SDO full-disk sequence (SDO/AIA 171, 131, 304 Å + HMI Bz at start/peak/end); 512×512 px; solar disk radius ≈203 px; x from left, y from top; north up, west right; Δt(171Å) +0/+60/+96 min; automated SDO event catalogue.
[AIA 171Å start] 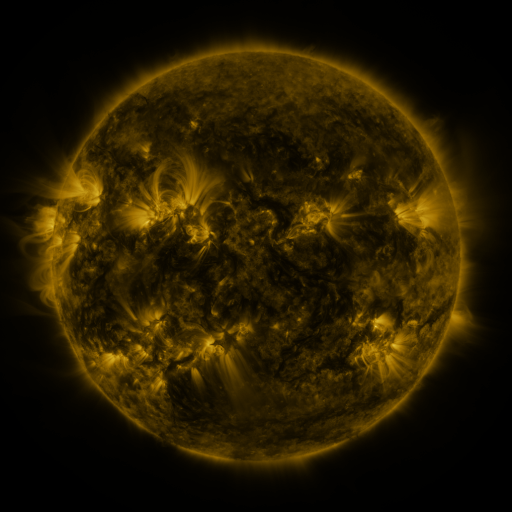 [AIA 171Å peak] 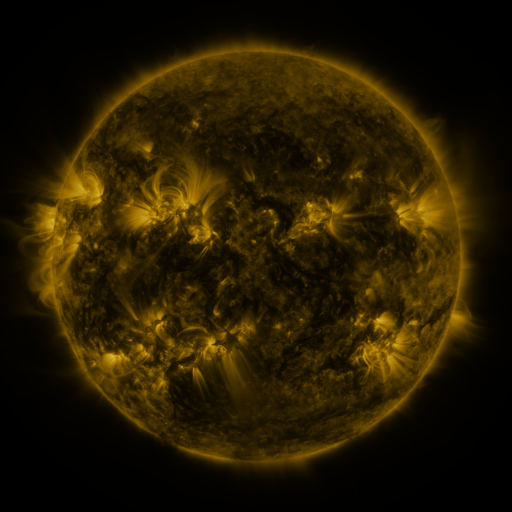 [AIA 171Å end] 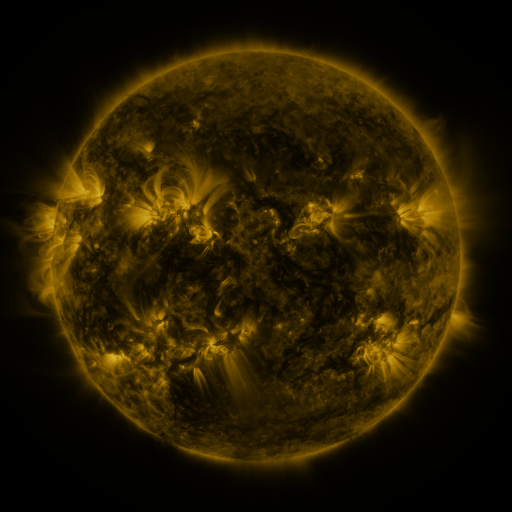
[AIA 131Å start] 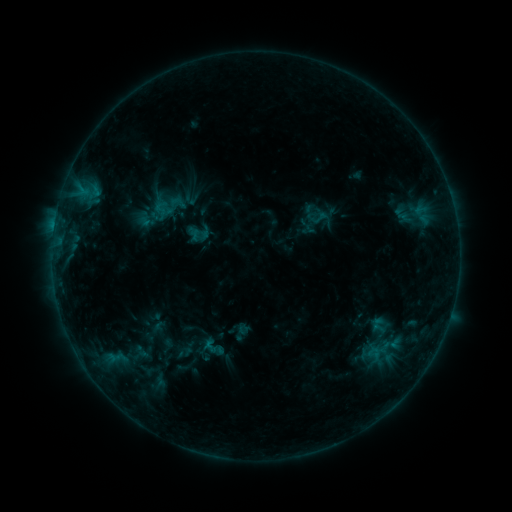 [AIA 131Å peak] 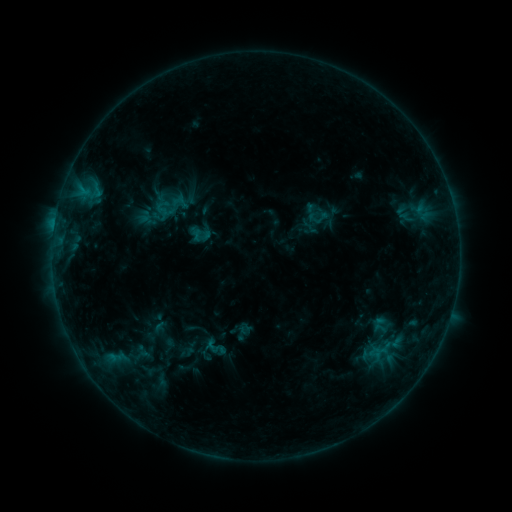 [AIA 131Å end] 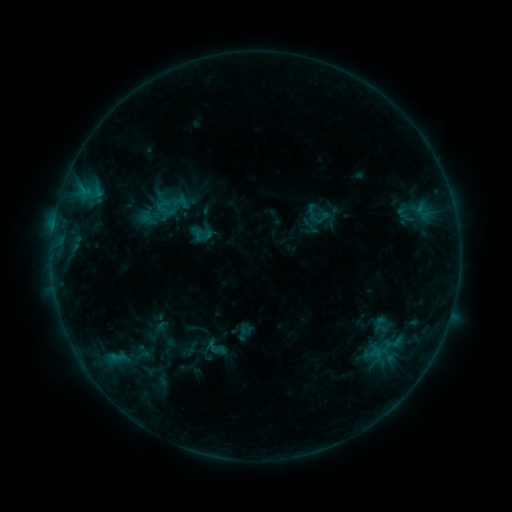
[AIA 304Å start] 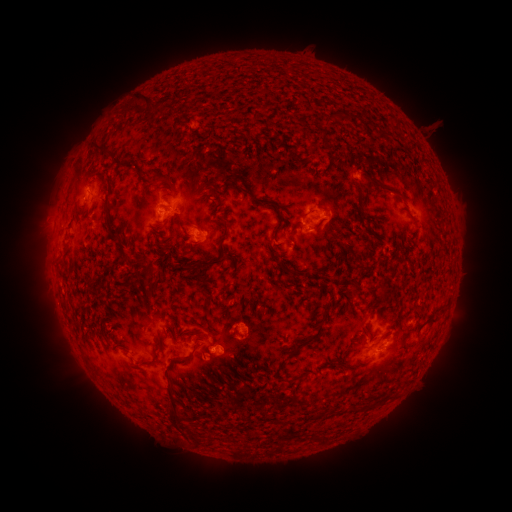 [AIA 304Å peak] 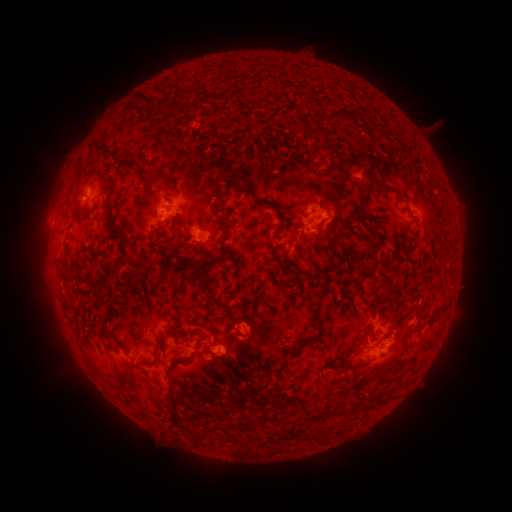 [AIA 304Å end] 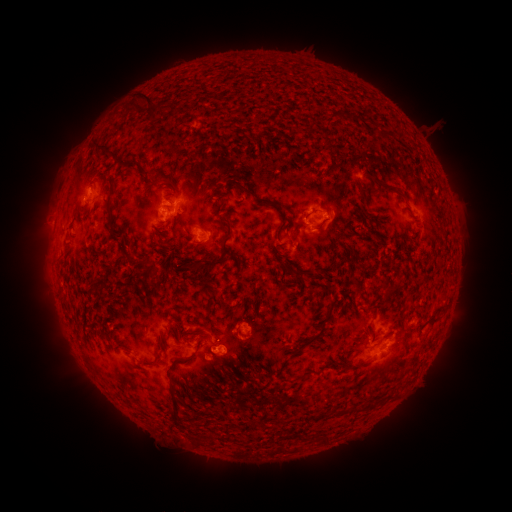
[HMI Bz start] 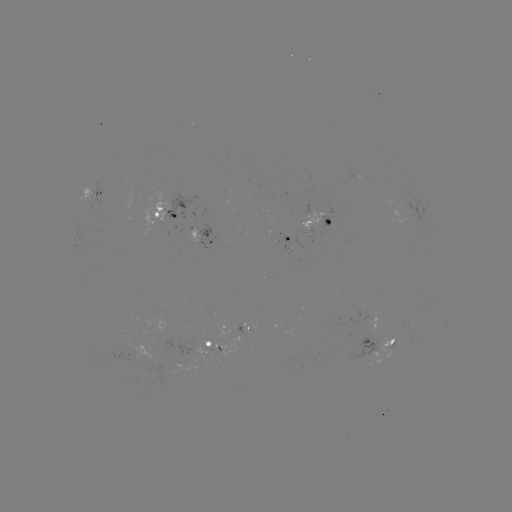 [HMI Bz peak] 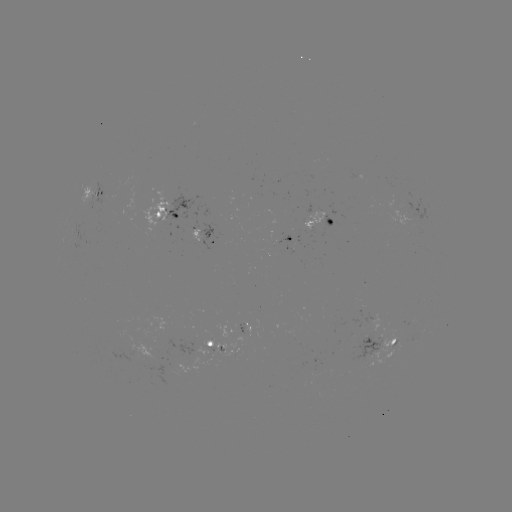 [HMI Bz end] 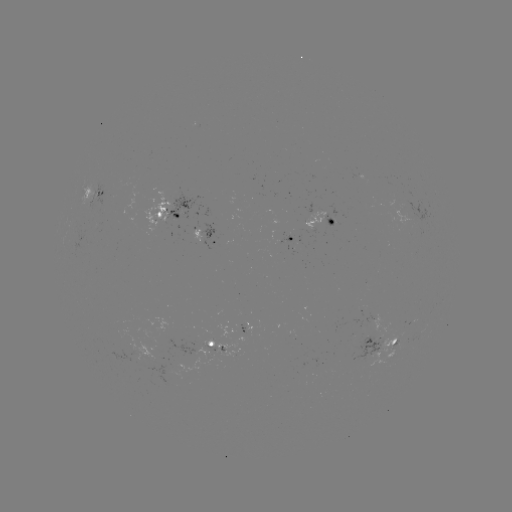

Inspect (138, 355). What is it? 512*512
emerging-flux region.